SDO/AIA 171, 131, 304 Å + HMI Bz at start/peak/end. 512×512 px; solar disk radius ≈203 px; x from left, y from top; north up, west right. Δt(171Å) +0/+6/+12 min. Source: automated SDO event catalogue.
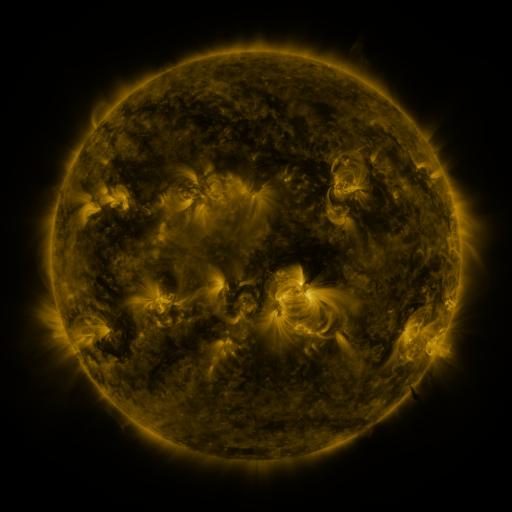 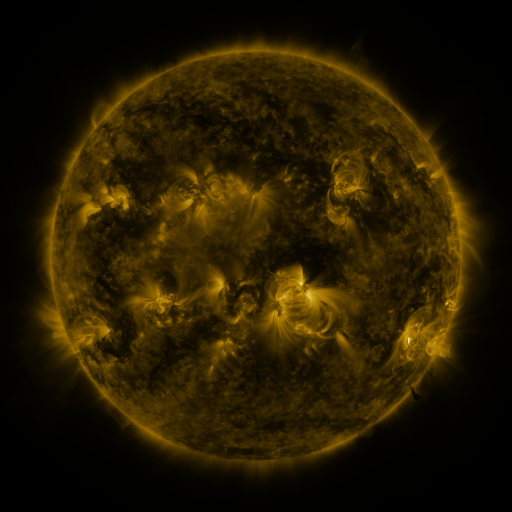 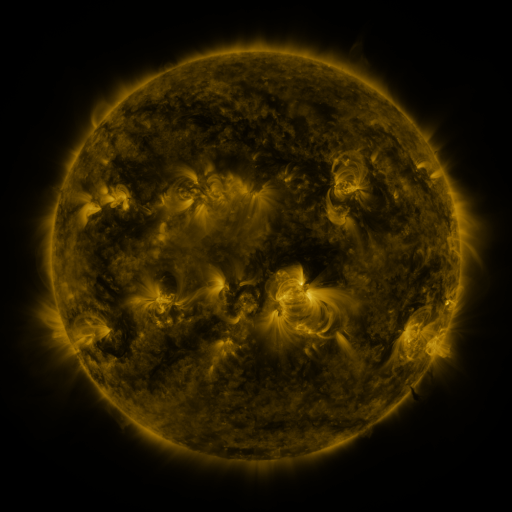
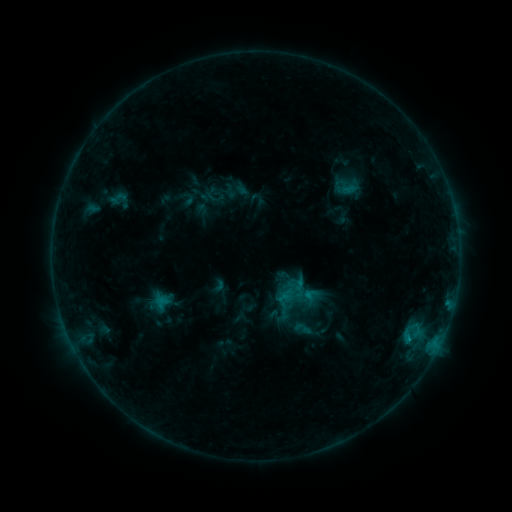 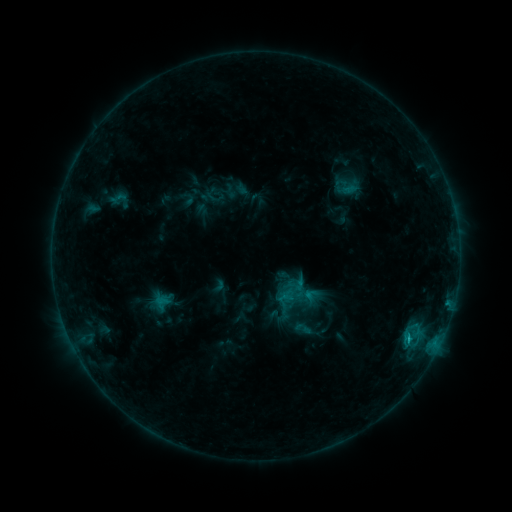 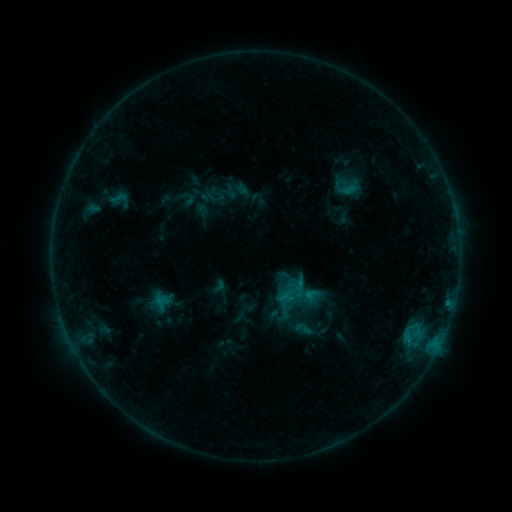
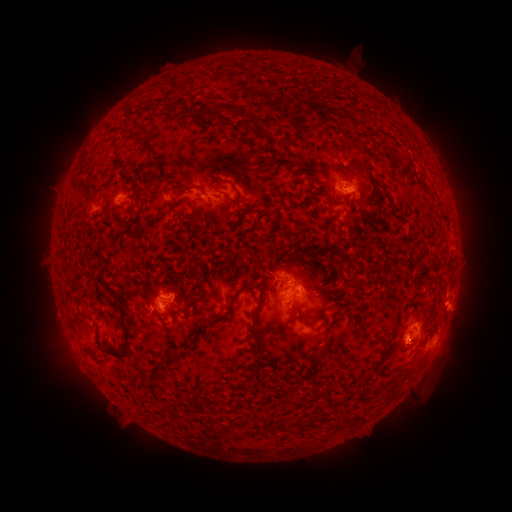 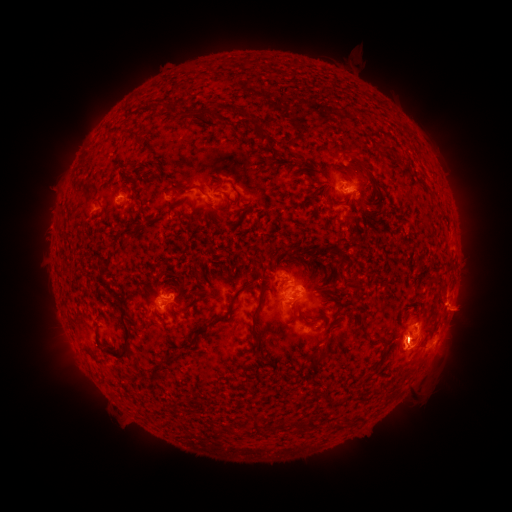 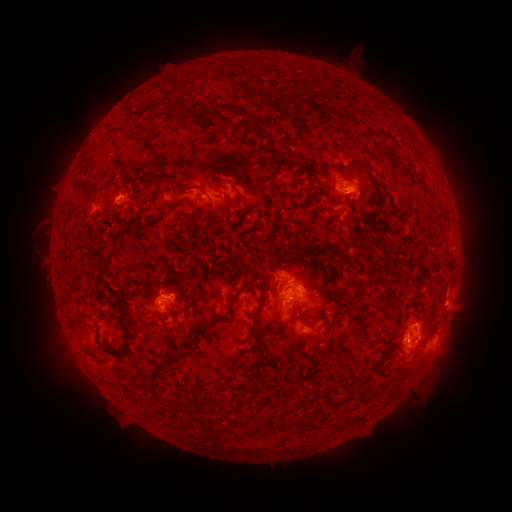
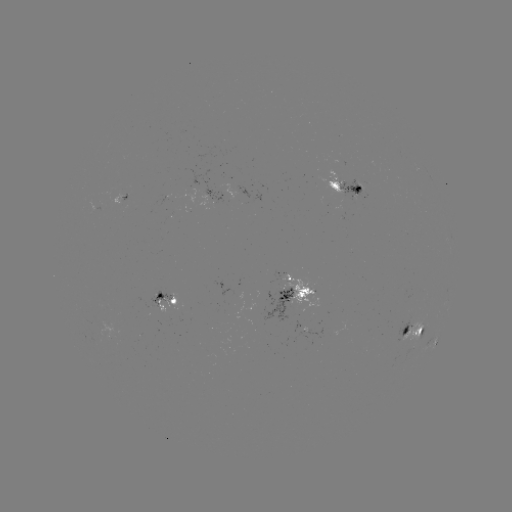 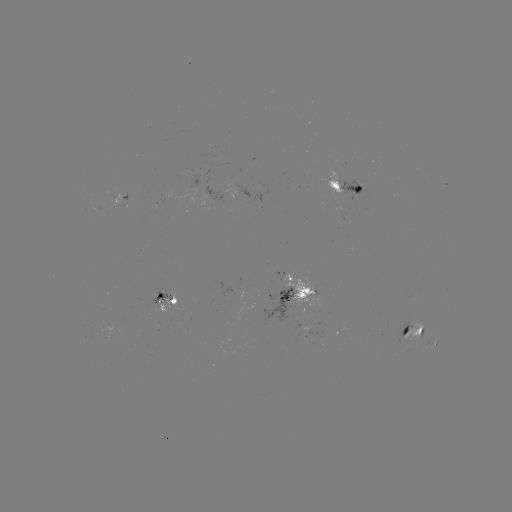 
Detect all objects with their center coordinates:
eruption: (47, 227)
